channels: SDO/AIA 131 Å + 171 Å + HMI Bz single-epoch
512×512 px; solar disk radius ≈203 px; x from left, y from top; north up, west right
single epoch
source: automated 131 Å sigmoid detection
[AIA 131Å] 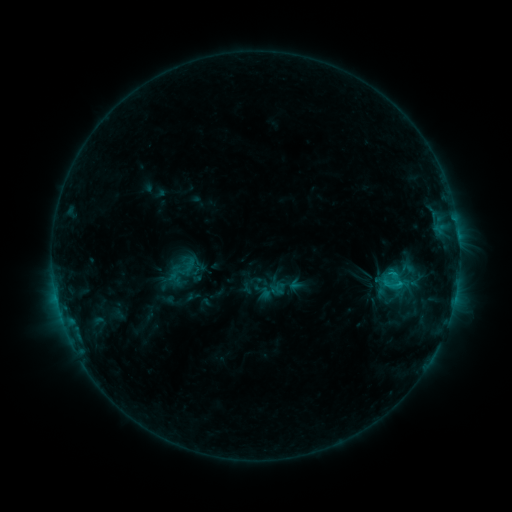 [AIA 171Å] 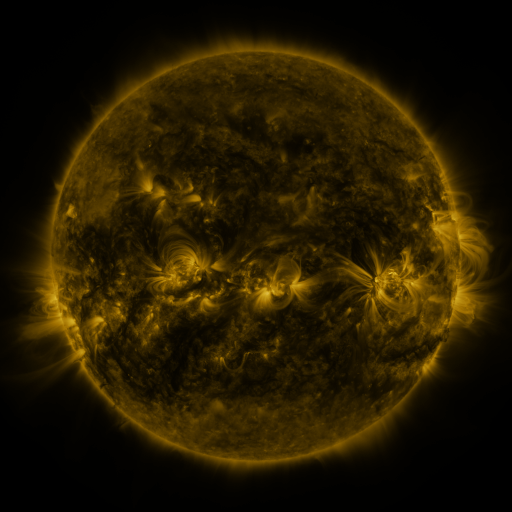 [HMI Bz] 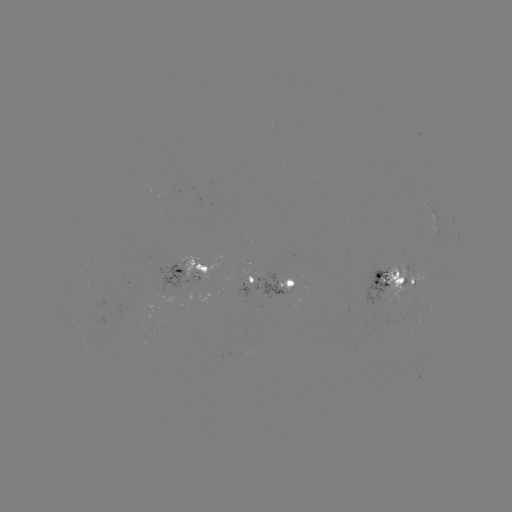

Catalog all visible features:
sigmoid: <bbox>400, 259, 415, 278</bbox>
